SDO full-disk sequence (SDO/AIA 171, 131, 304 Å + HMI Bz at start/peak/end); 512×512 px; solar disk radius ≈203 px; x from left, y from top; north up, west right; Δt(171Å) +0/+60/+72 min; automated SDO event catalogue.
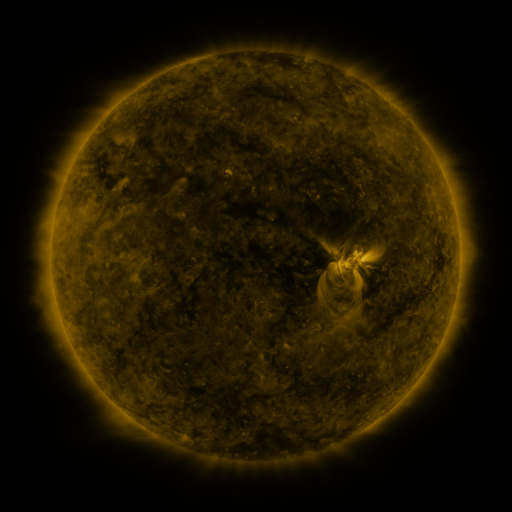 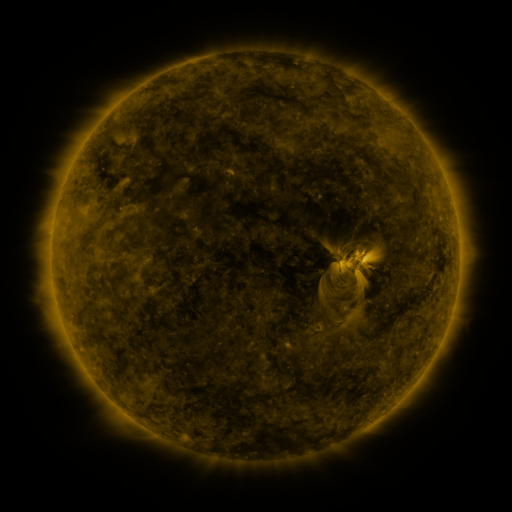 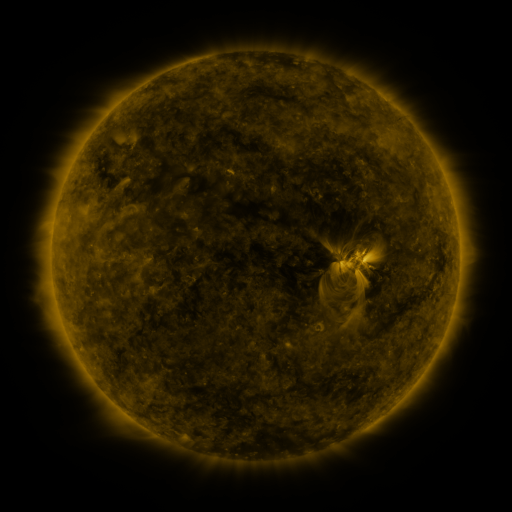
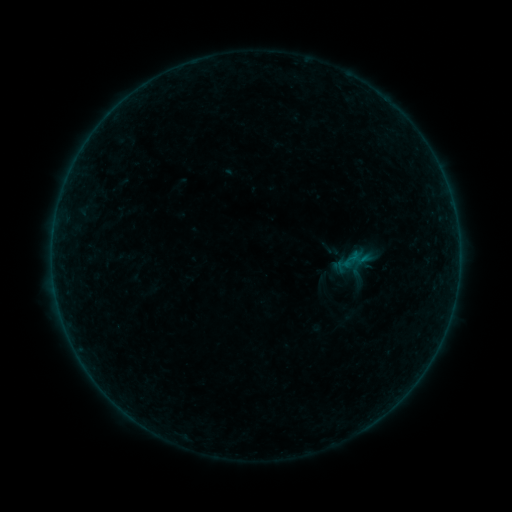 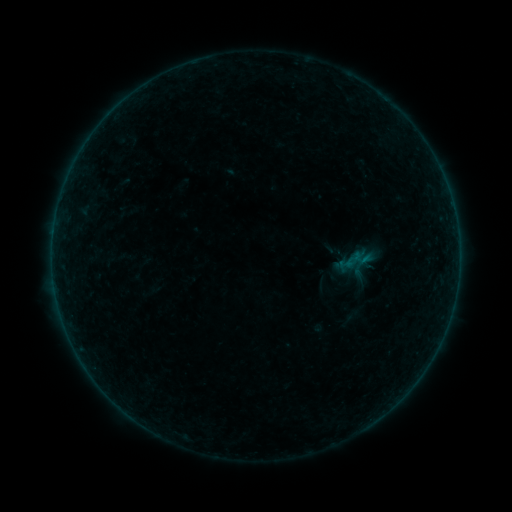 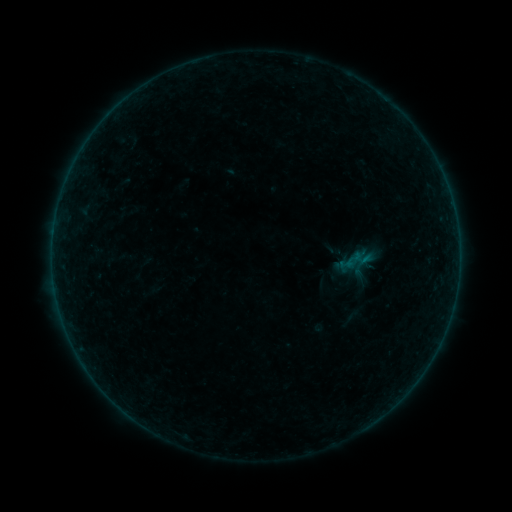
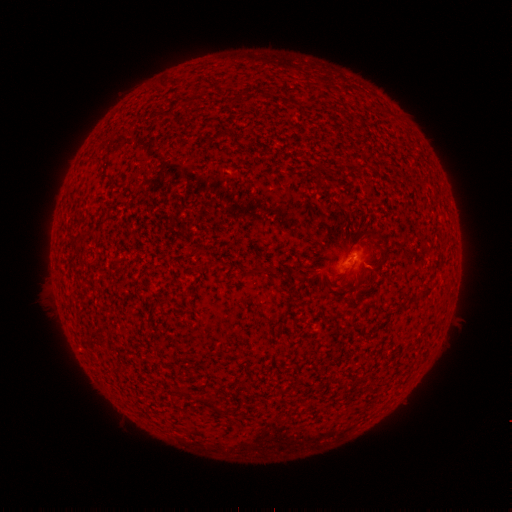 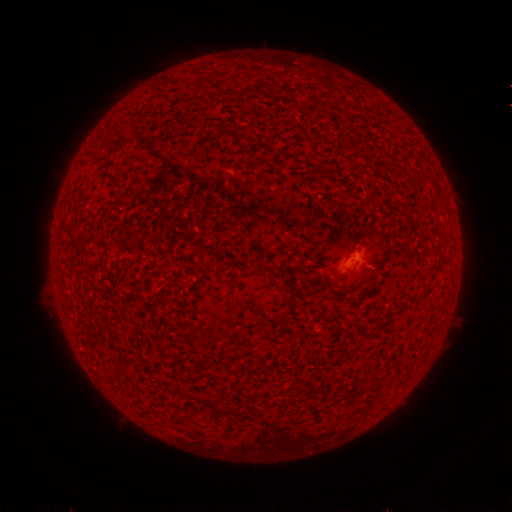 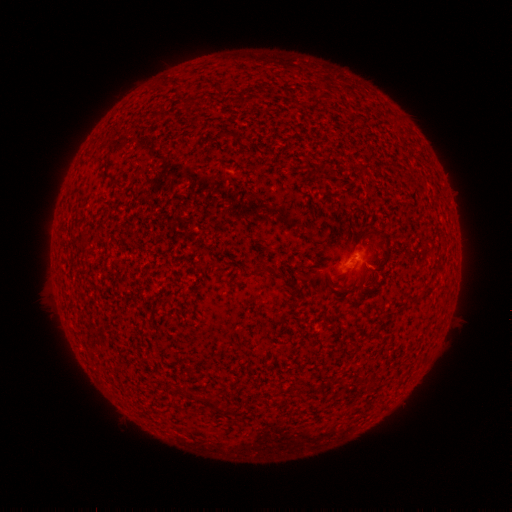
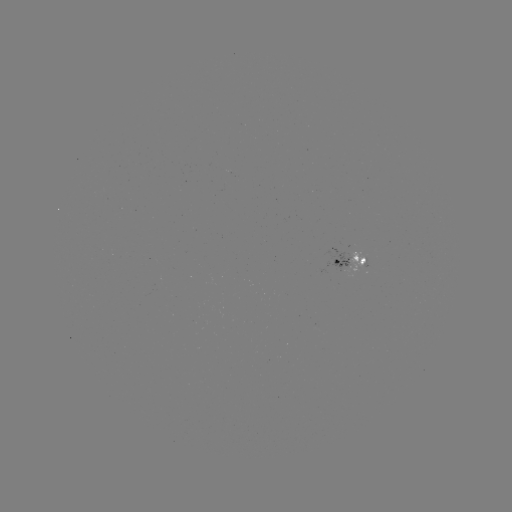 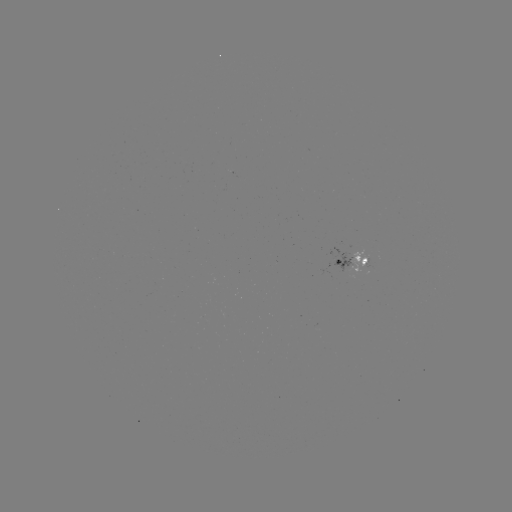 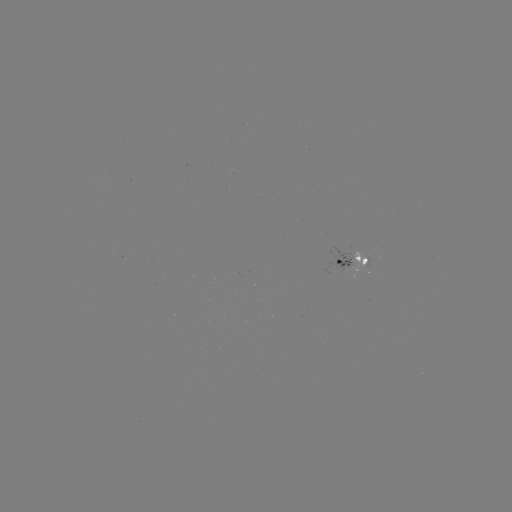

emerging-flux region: (348, 251, 369, 274)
